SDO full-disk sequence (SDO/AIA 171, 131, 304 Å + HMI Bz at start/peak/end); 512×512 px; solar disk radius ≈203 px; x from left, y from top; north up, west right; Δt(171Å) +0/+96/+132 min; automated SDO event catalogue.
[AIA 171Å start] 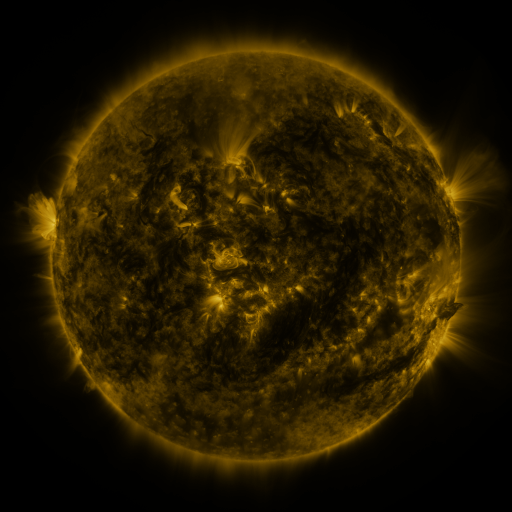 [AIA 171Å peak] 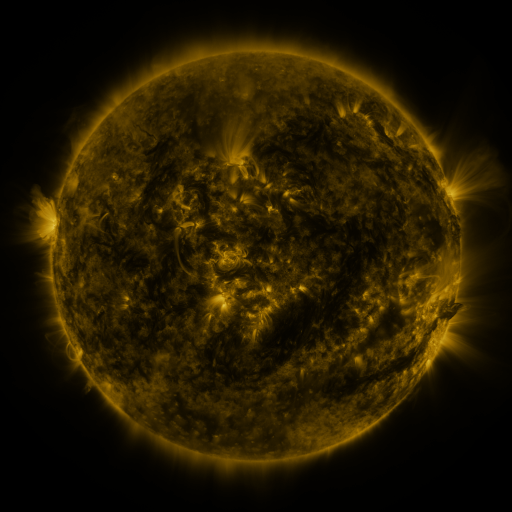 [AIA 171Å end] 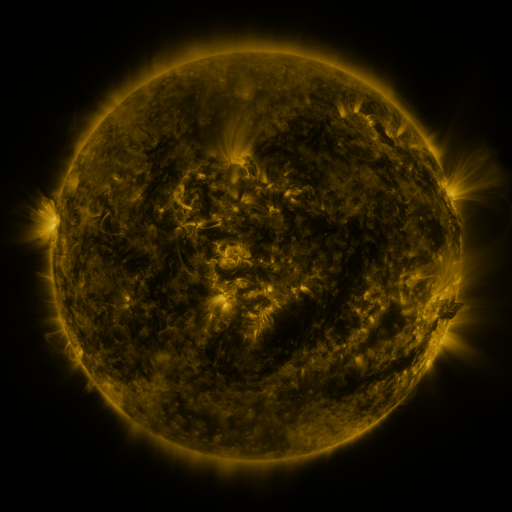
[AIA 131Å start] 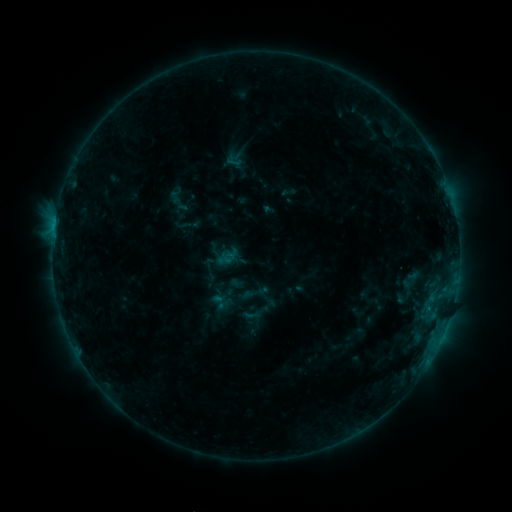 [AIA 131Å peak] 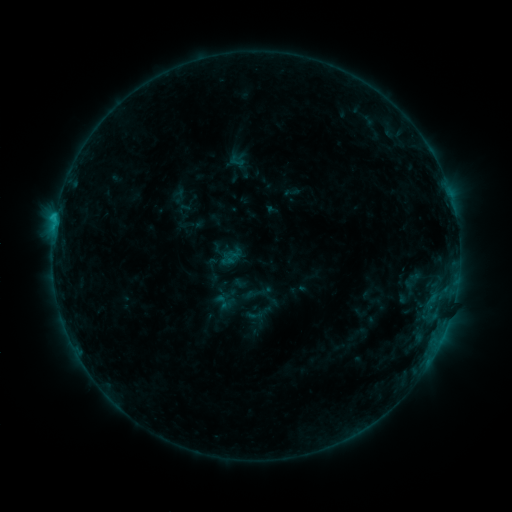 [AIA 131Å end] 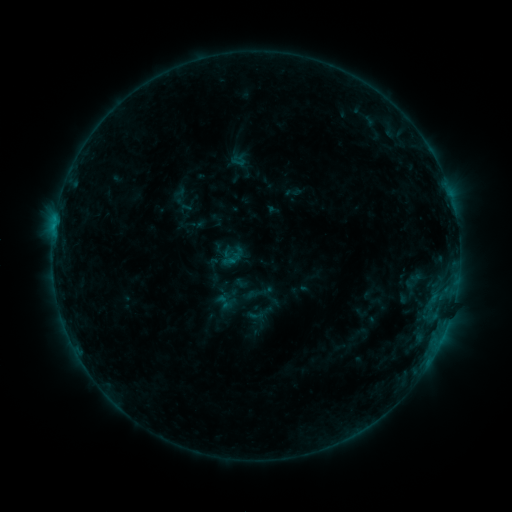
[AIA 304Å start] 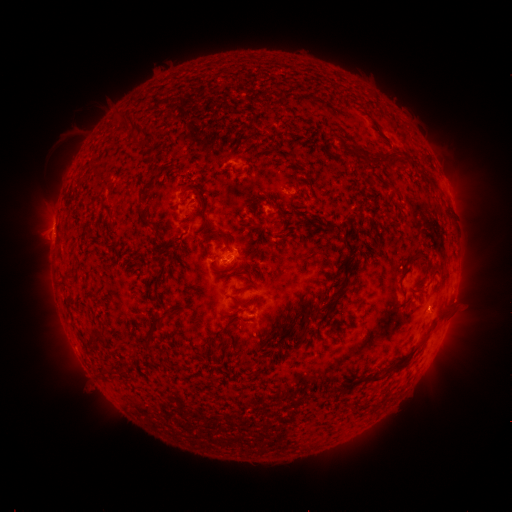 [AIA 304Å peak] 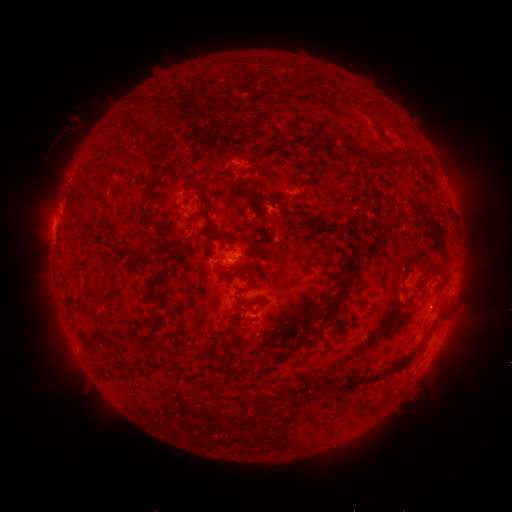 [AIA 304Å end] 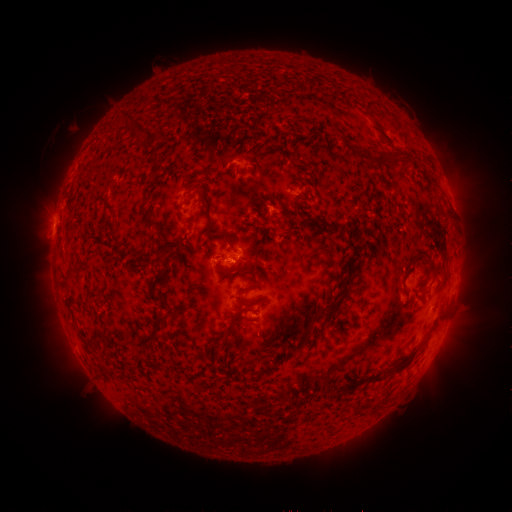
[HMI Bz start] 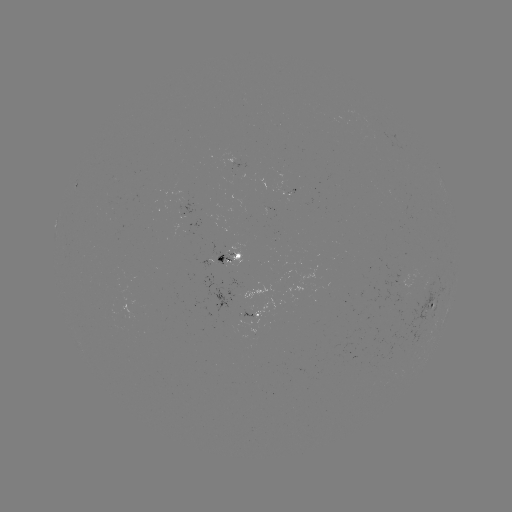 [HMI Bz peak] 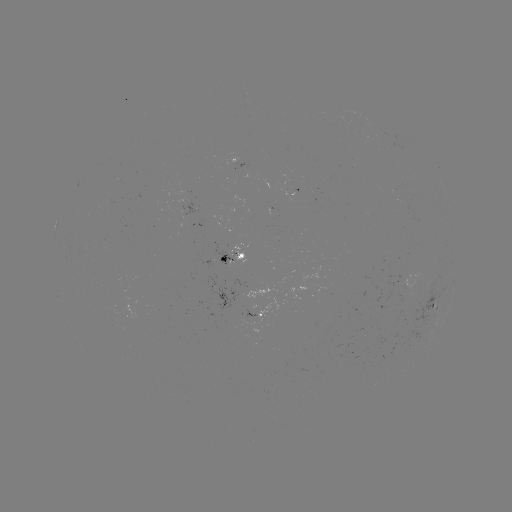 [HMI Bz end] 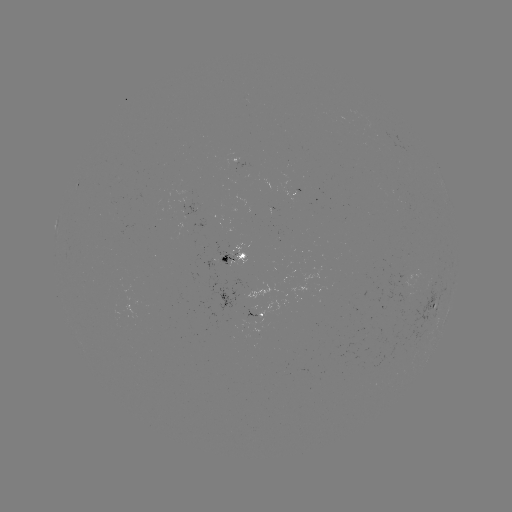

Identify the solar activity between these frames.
emerging-flux region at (227, 261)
